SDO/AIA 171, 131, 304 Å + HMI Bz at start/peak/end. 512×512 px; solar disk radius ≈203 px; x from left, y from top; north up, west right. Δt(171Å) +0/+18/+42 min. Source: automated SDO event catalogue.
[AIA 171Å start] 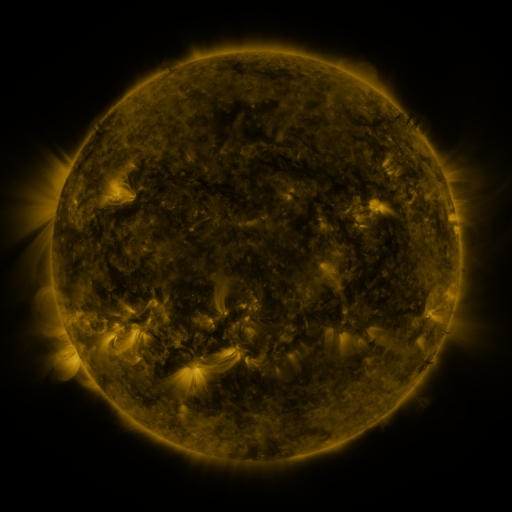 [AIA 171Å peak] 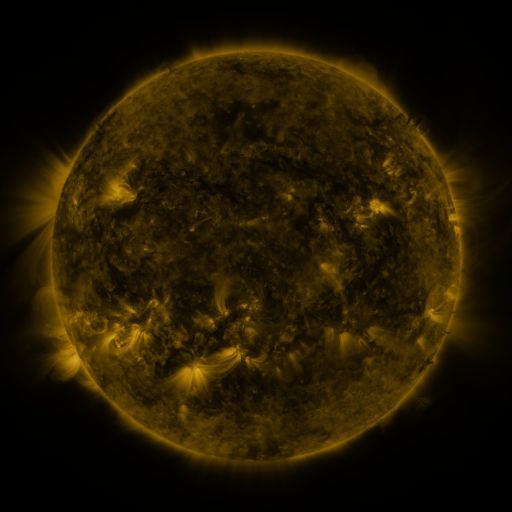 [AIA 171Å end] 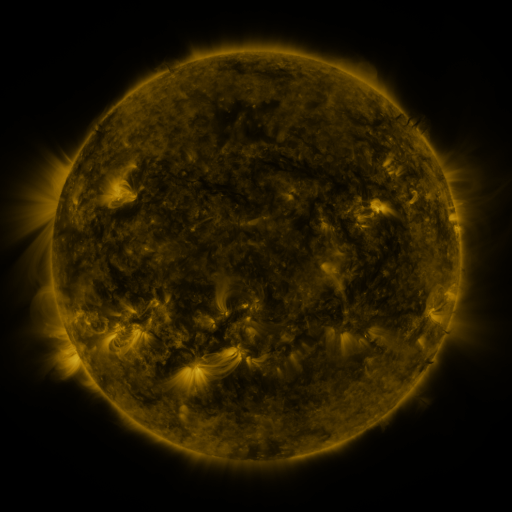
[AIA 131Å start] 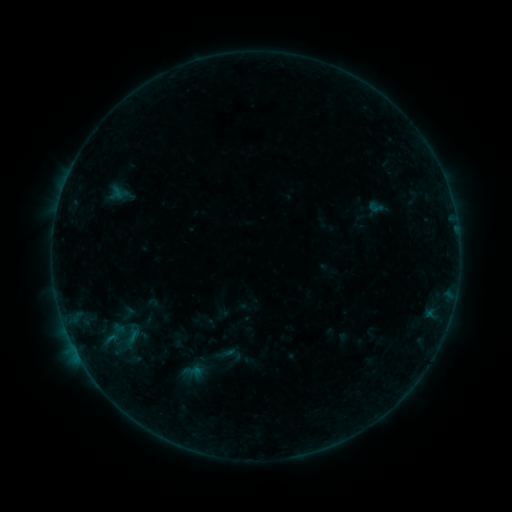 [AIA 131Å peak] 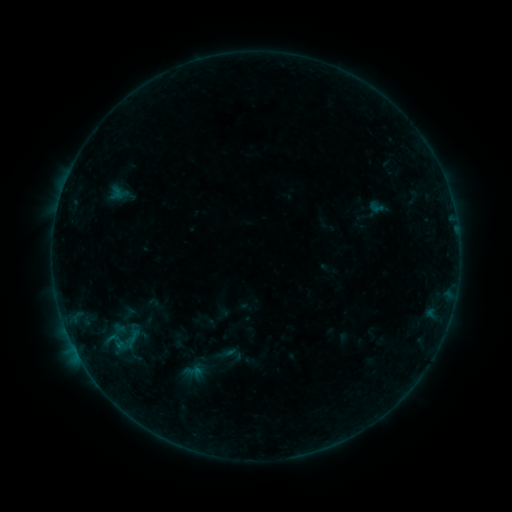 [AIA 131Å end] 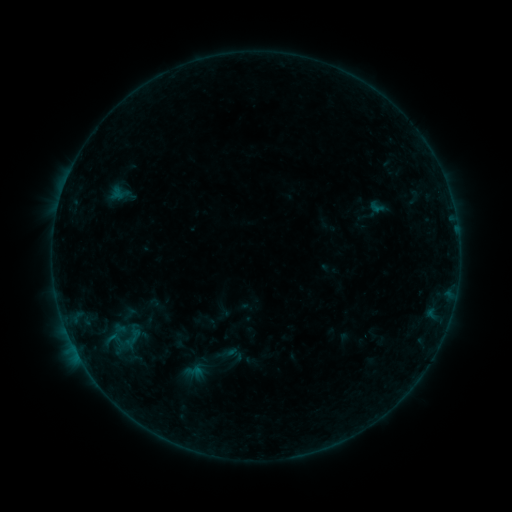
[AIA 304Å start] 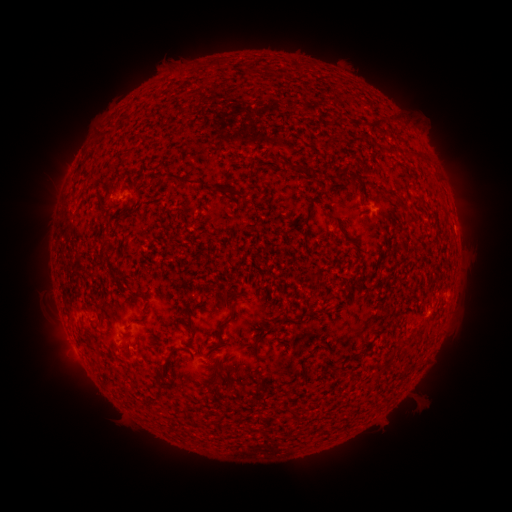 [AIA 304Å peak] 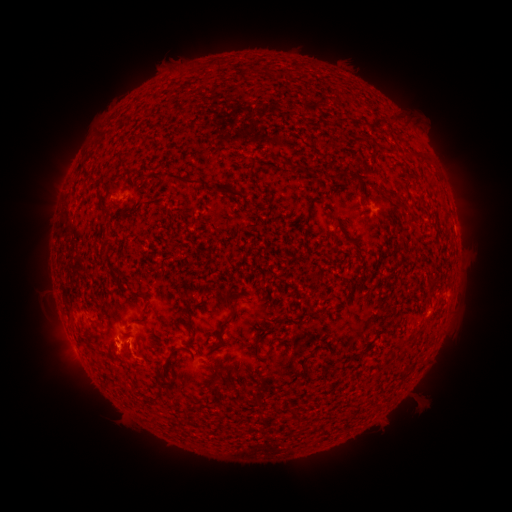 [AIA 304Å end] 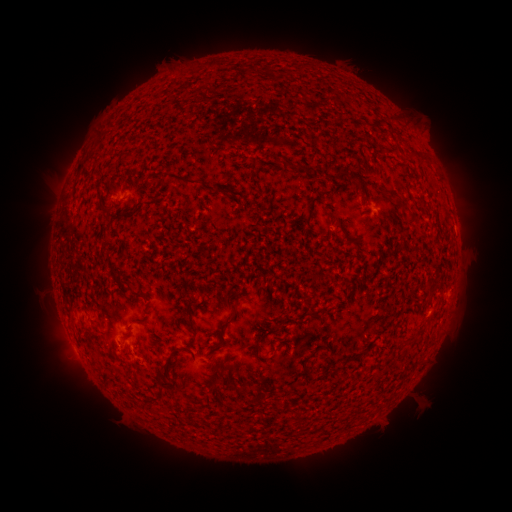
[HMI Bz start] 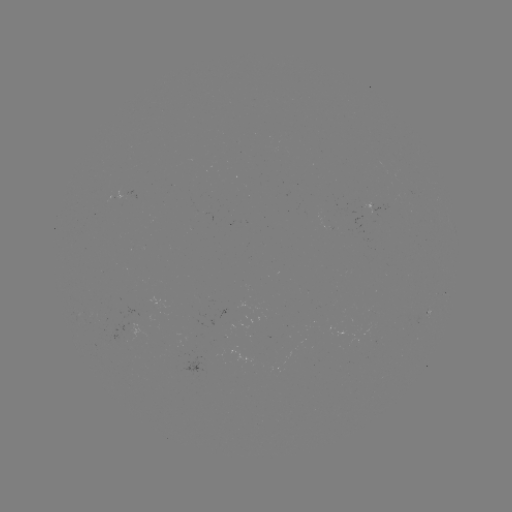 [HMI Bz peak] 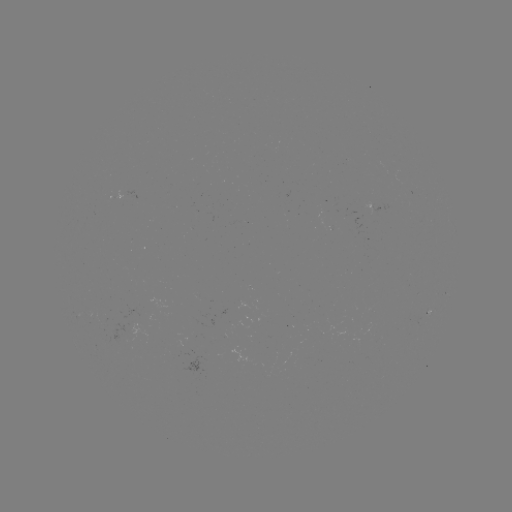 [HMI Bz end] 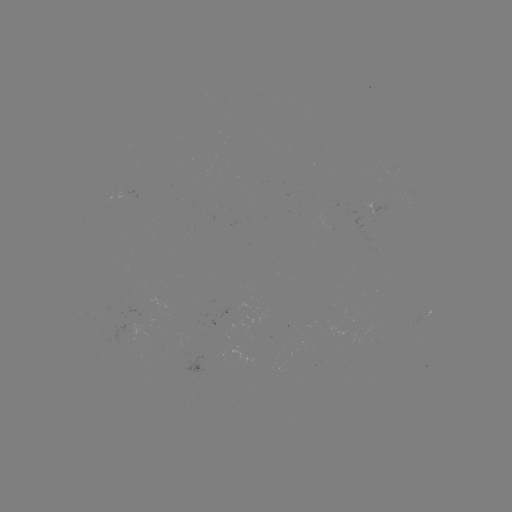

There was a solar flare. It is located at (119, 343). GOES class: B2.0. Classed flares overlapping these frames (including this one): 1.